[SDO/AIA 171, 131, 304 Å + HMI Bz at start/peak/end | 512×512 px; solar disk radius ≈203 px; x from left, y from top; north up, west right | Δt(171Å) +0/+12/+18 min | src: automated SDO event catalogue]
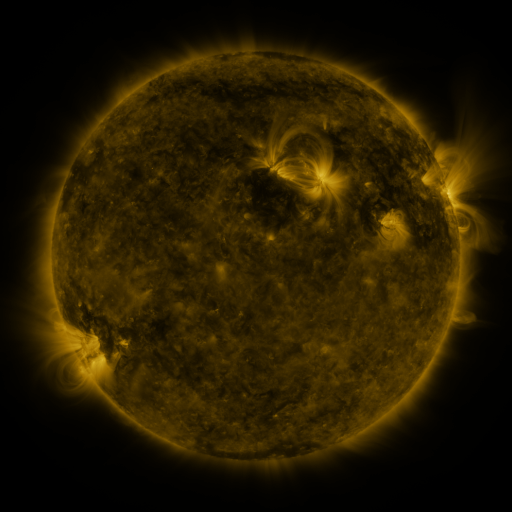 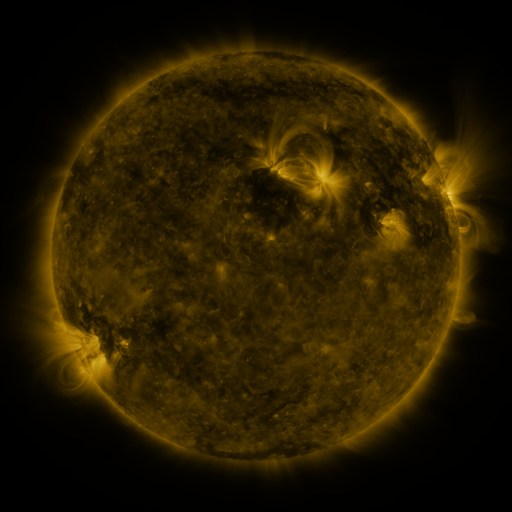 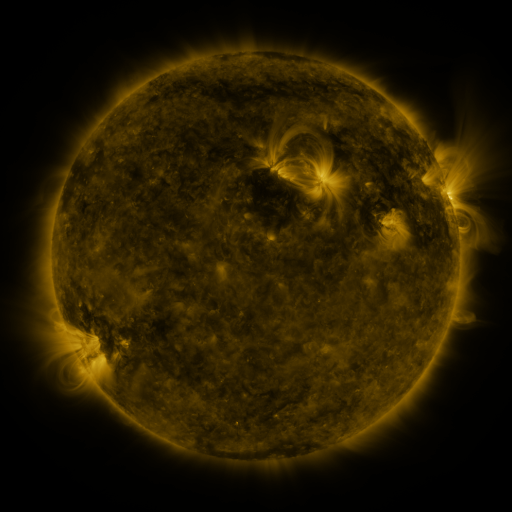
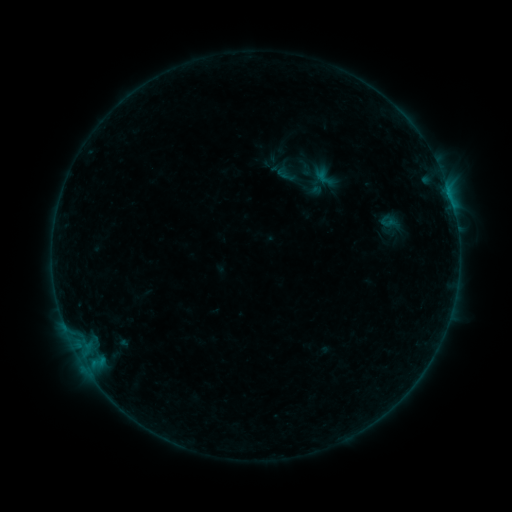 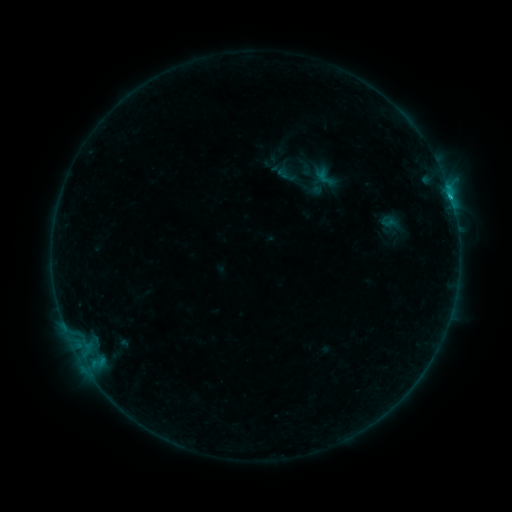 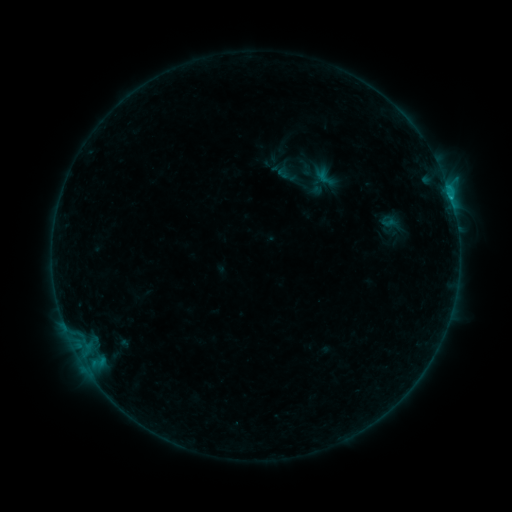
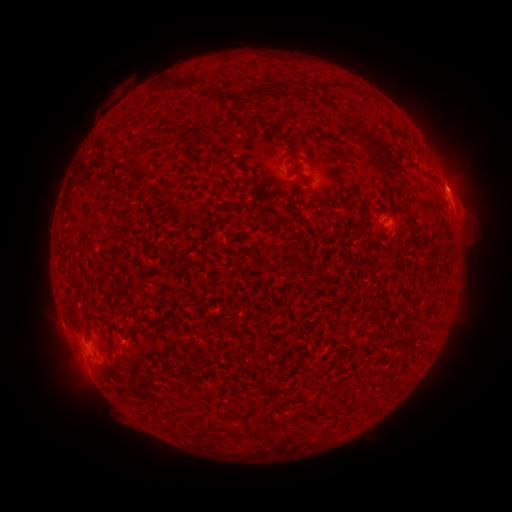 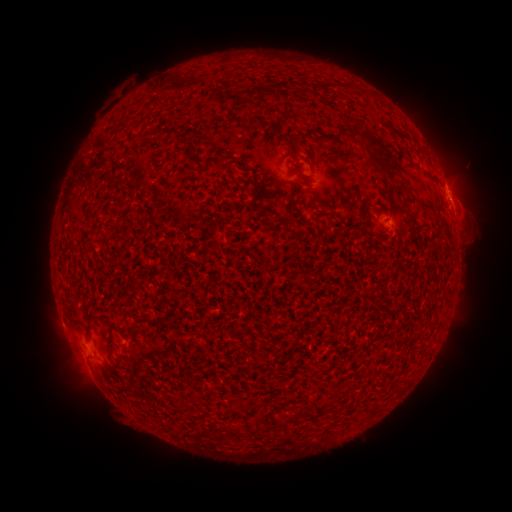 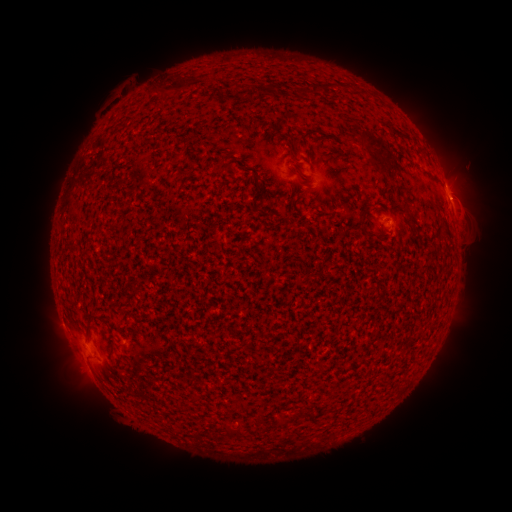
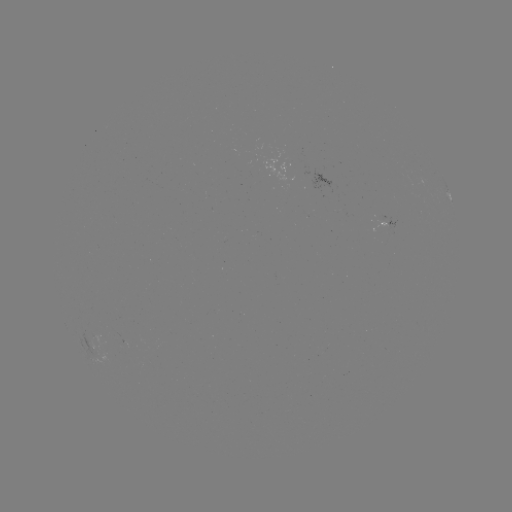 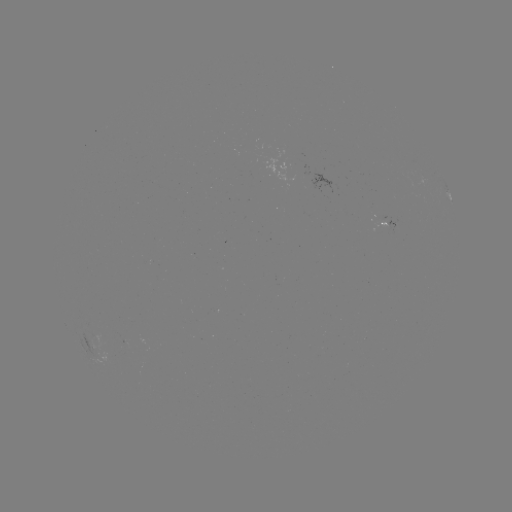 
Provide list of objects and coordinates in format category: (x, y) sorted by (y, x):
B5.7 flare: (451, 201)
